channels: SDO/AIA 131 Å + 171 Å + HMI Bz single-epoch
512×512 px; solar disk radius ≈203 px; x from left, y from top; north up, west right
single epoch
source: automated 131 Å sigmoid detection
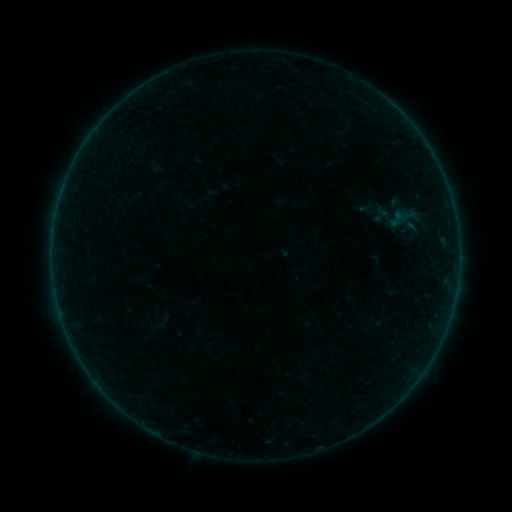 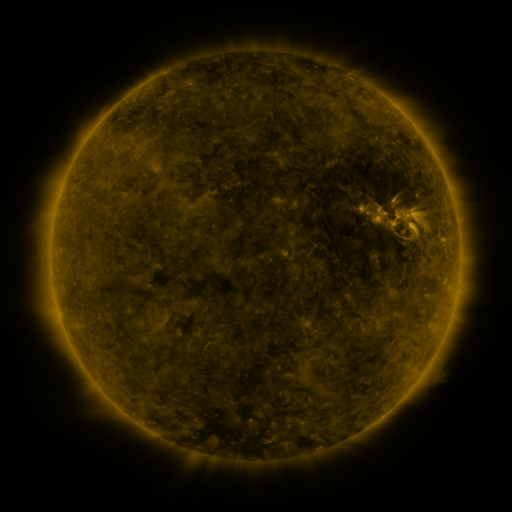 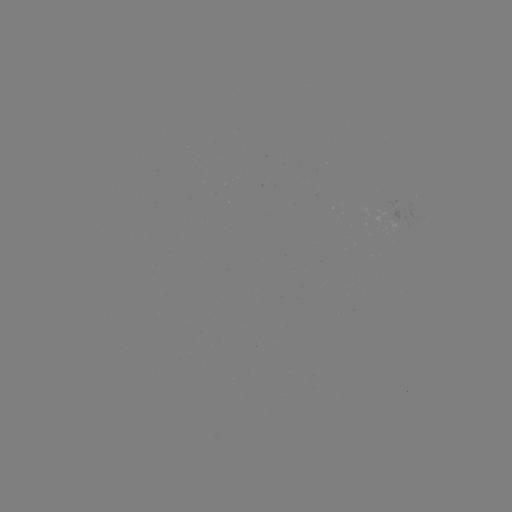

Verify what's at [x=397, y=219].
sigmoid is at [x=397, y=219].